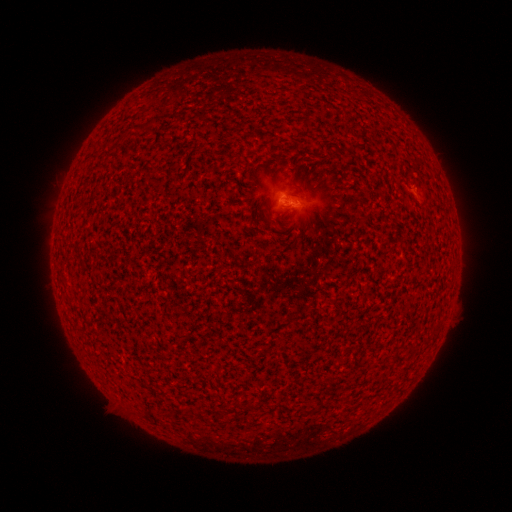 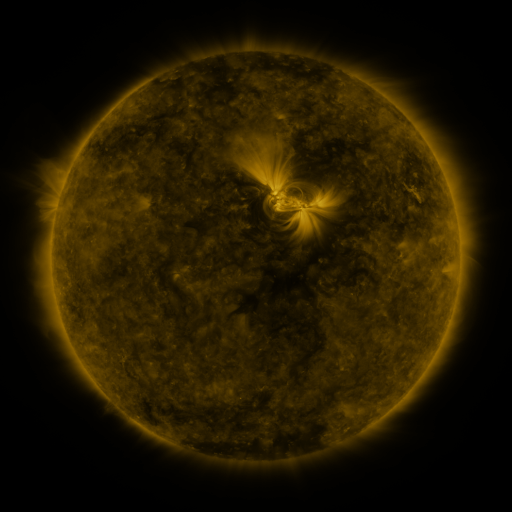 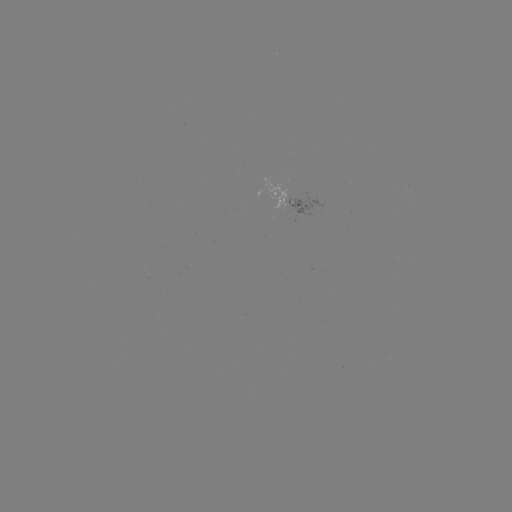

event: spotted active region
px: (286, 196)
